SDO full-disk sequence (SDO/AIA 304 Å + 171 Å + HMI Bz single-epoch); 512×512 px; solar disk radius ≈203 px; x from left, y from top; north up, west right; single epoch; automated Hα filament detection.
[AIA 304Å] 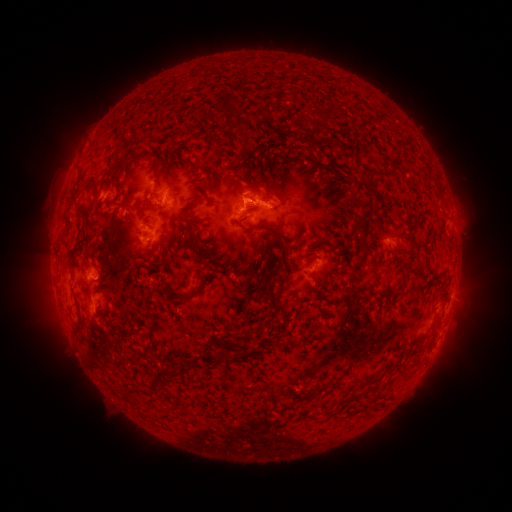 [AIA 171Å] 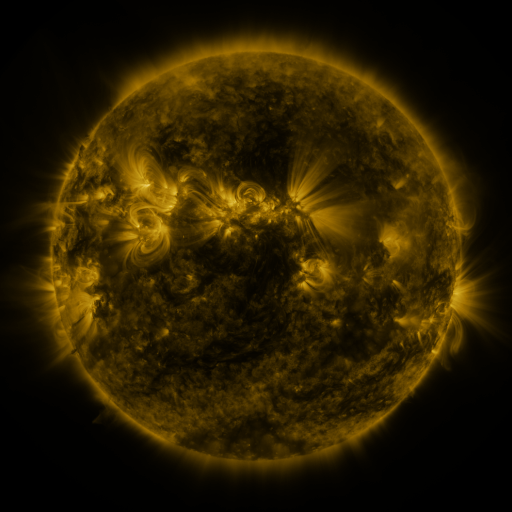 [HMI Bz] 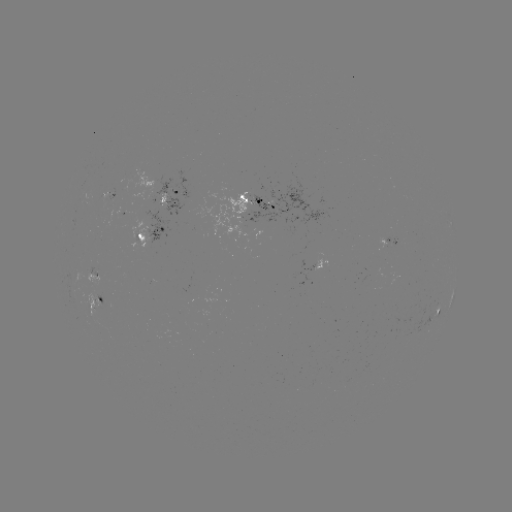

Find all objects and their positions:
filament: (277, 112)
filament: (233, 117)
filament: (121, 130)
filament: (321, 137)
filament: (257, 142)
filament: (310, 147)
filament: (116, 157)
filament: (154, 172)
filament: (243, 179)
filament: (368, 181)
filament: (88, 185)
filament: (117, 199)
filament: (356, 201)
filament: (187, 223)
filament: (362, 227)
filament: (265, 229)
filament: (331, 246)
filament: (197, 248)
filament: (316, 279)
filament: (372, 284)
filament: (402, 289)
filament: (273, 295)
filament: (190, 297)
filament: (224, 358)
filament: (172, 376)
filament: (375, 379)
filament: (334, 385)
